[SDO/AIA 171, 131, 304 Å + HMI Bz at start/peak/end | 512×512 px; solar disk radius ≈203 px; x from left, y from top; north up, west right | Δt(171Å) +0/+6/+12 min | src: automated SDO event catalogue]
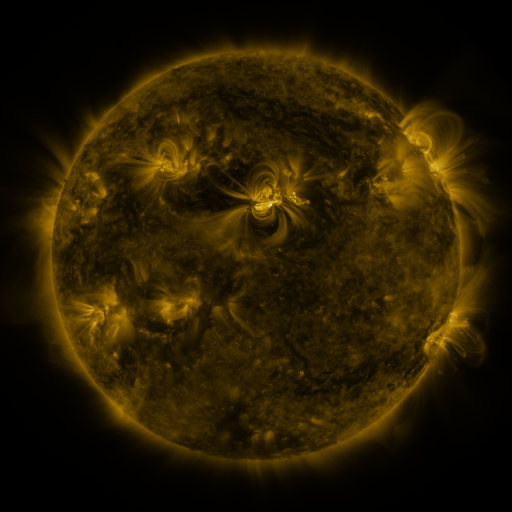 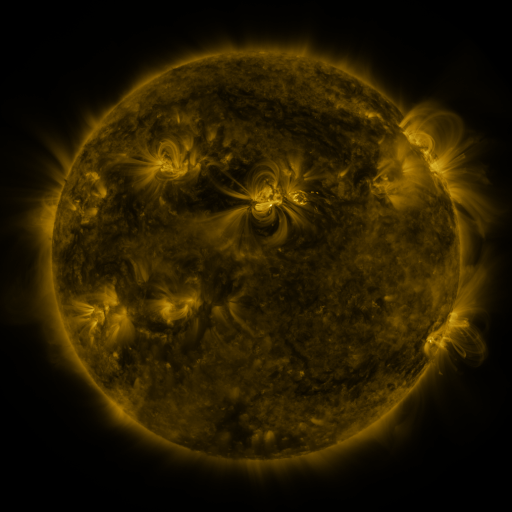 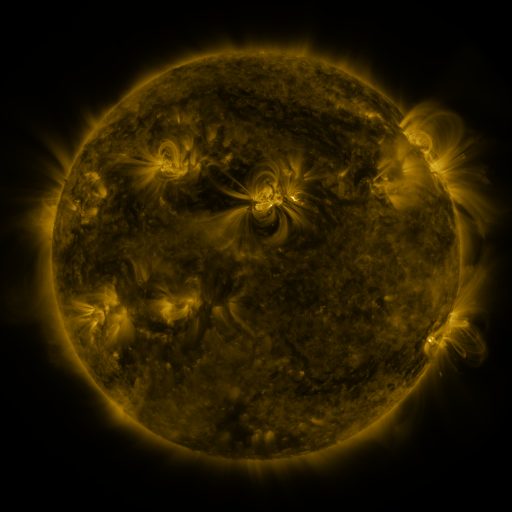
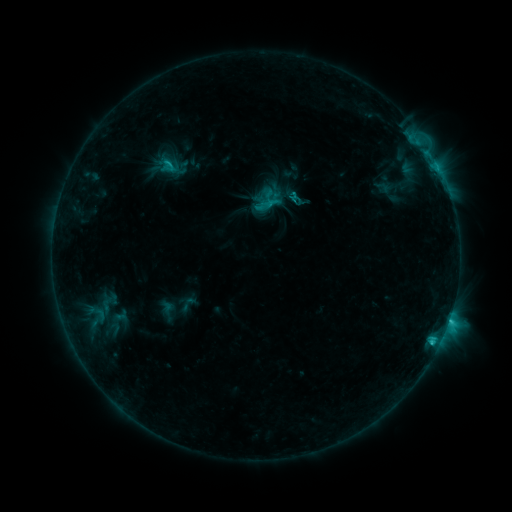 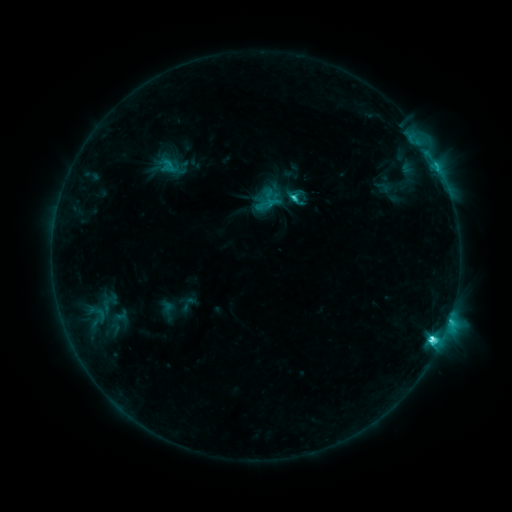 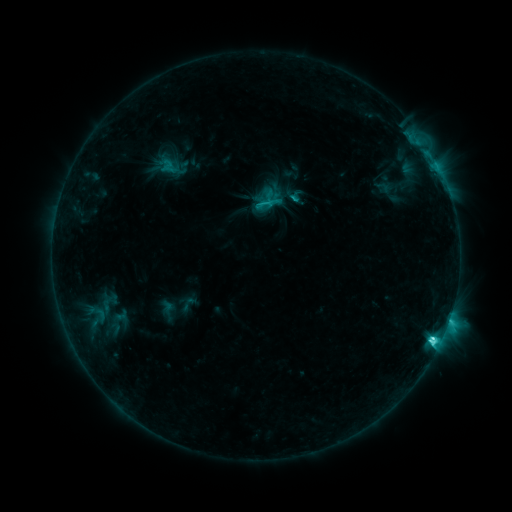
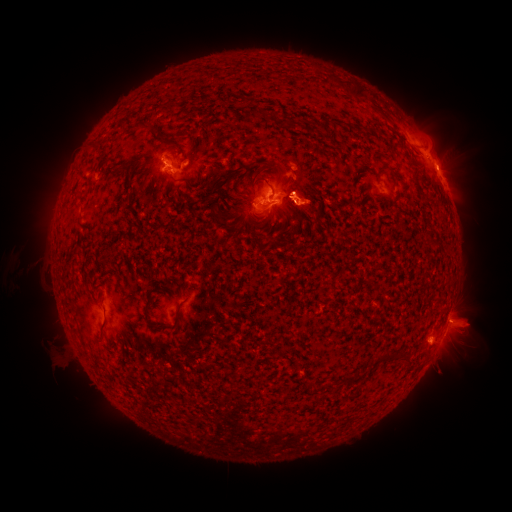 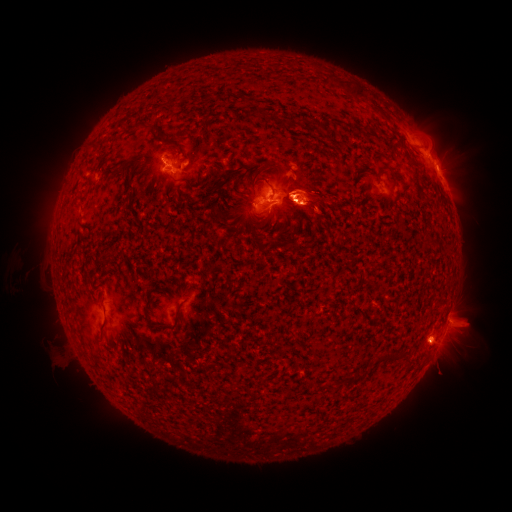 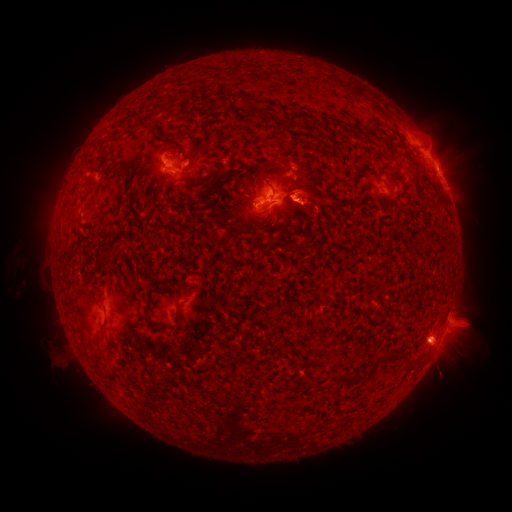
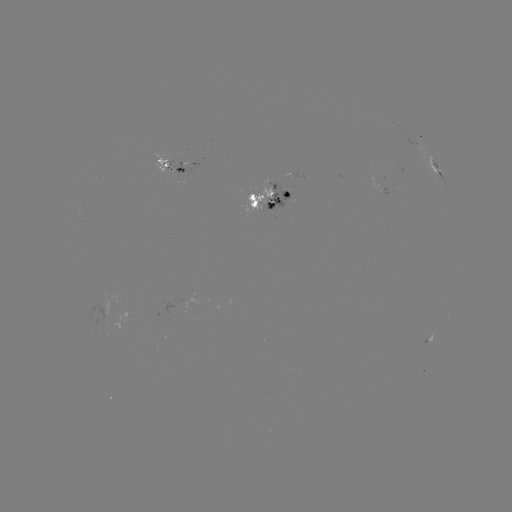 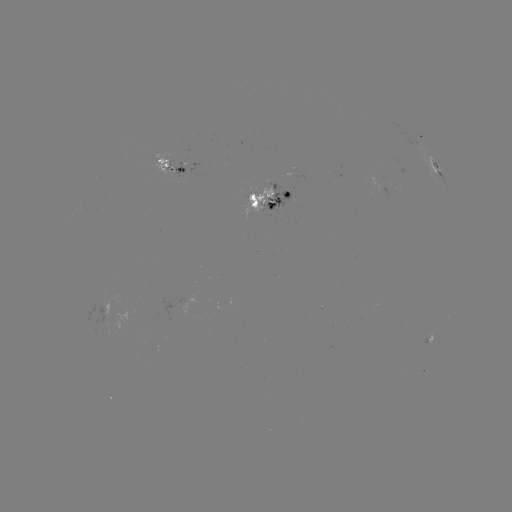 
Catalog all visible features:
eruption: (315, 201)
